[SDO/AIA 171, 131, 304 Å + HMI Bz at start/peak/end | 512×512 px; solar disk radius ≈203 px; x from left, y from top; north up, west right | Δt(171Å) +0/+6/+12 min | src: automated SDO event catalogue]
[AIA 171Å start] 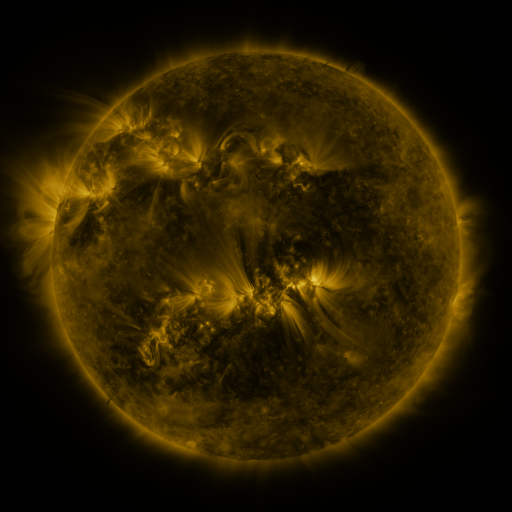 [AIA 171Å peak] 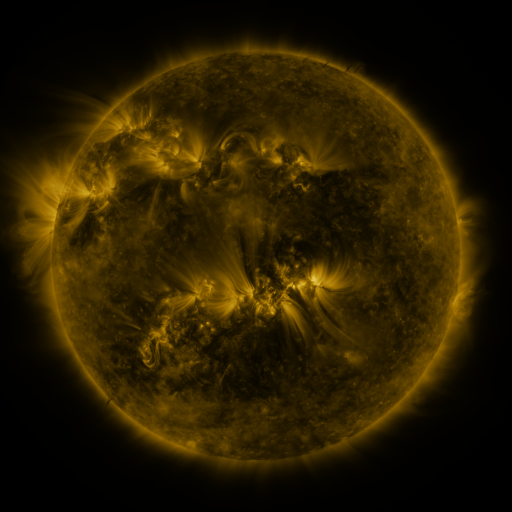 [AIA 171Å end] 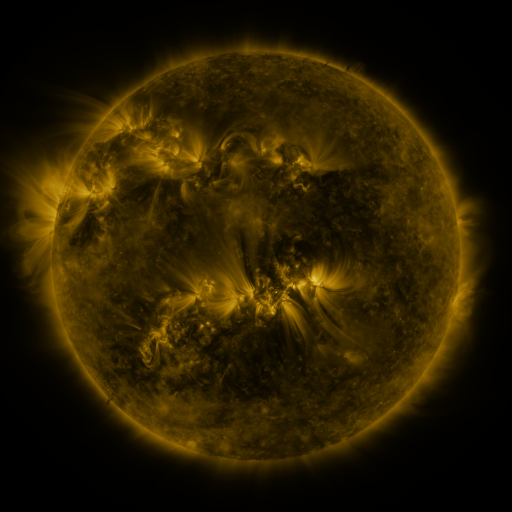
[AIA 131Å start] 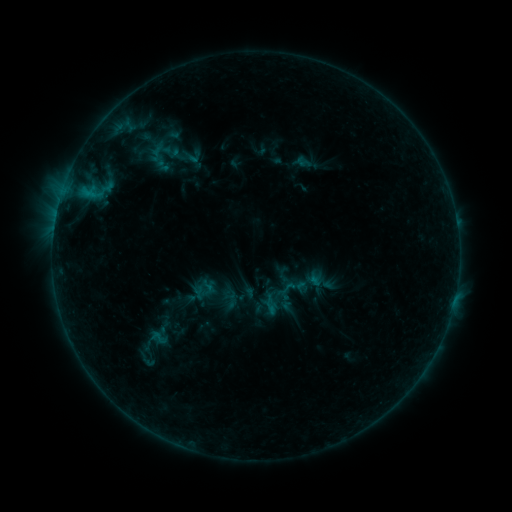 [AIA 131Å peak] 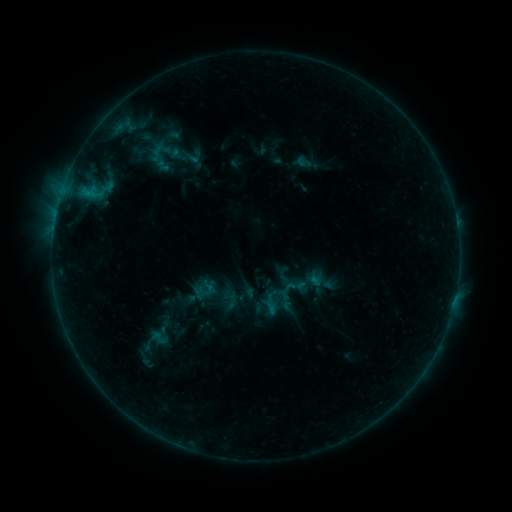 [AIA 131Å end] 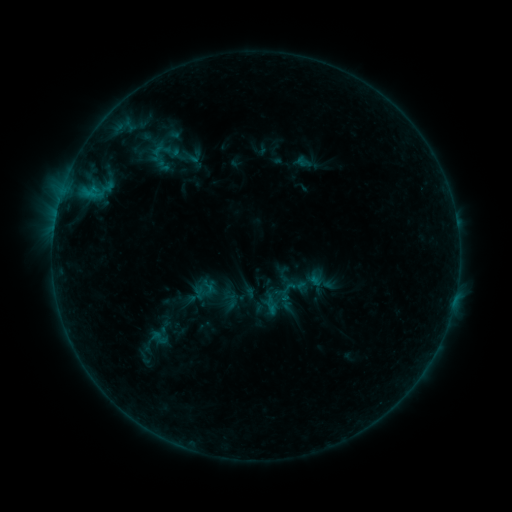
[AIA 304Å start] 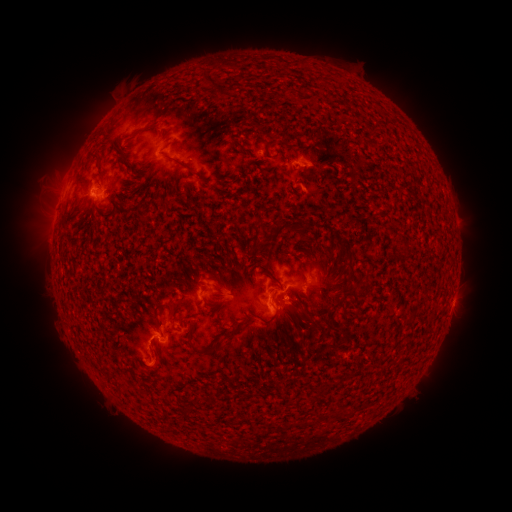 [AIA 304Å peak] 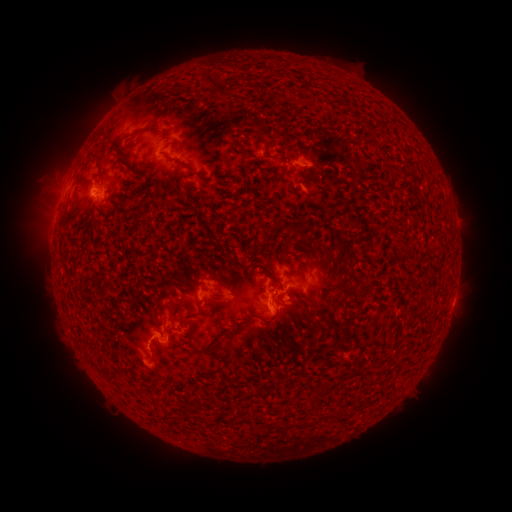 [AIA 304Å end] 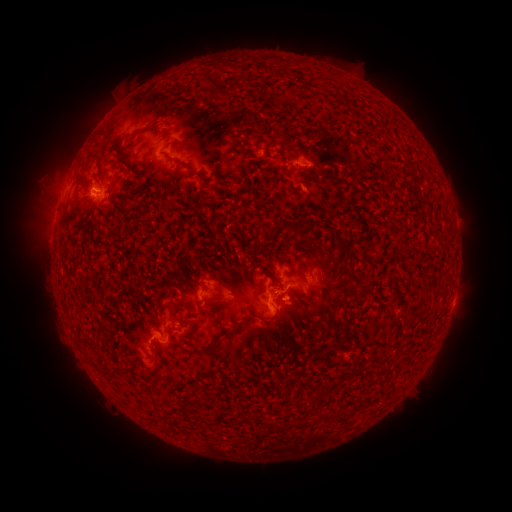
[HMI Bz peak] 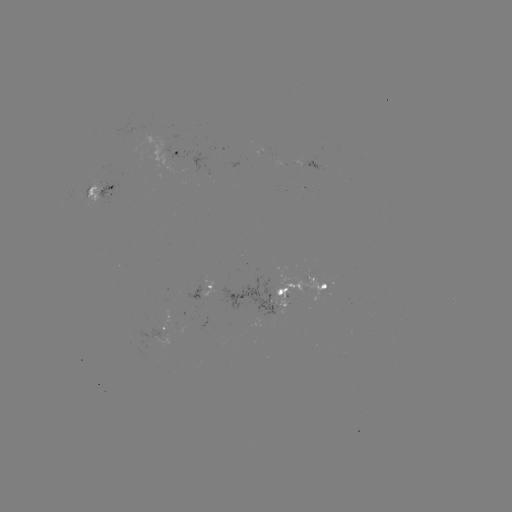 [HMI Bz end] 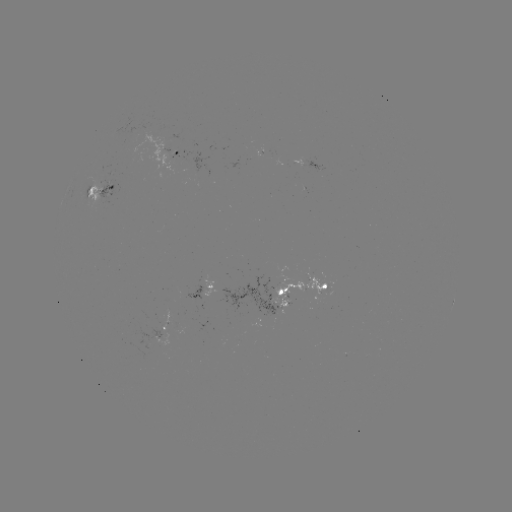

nothing was catalogued: no classed flare, no EUV trigger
